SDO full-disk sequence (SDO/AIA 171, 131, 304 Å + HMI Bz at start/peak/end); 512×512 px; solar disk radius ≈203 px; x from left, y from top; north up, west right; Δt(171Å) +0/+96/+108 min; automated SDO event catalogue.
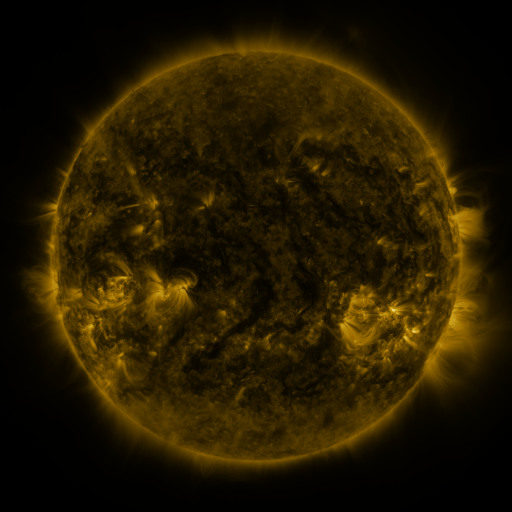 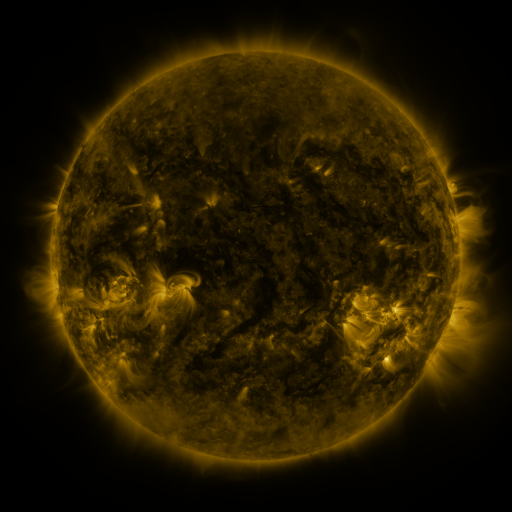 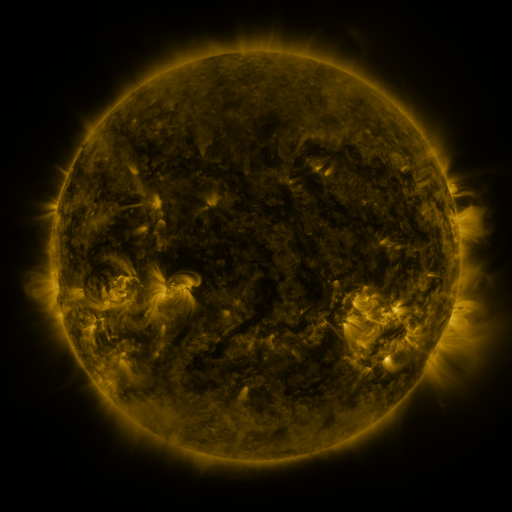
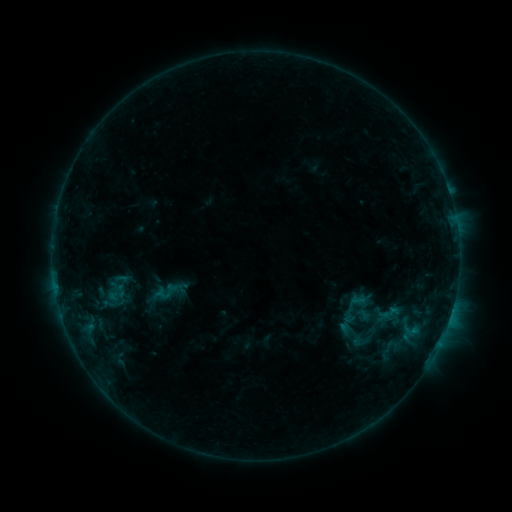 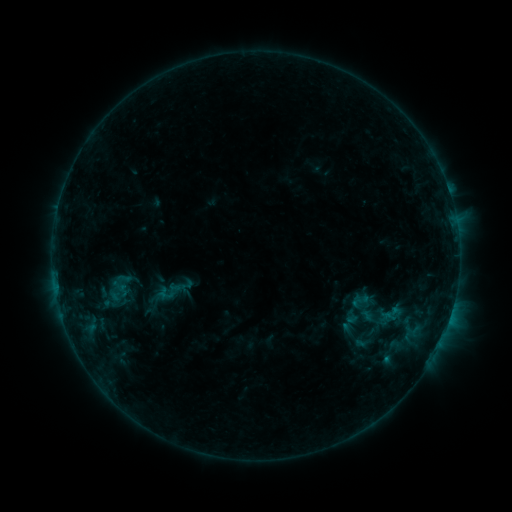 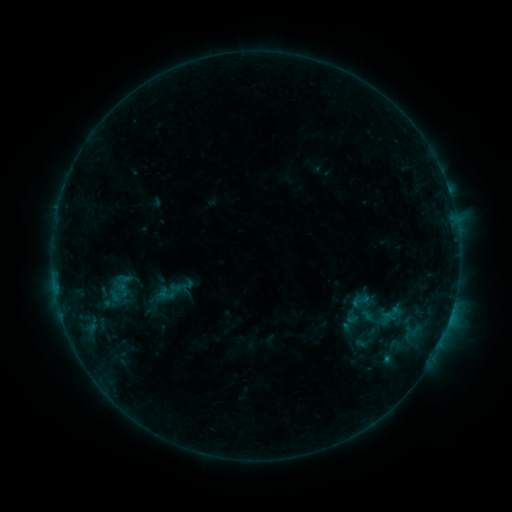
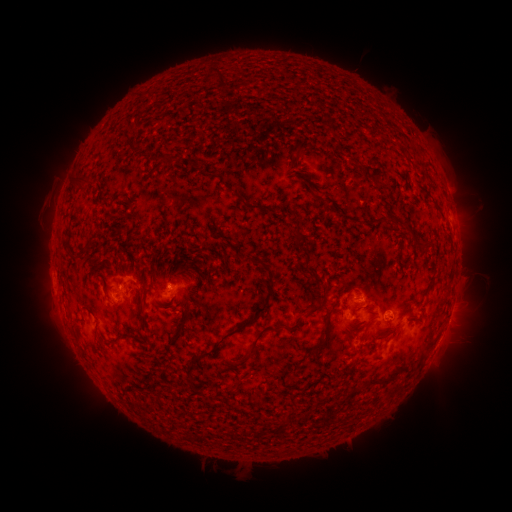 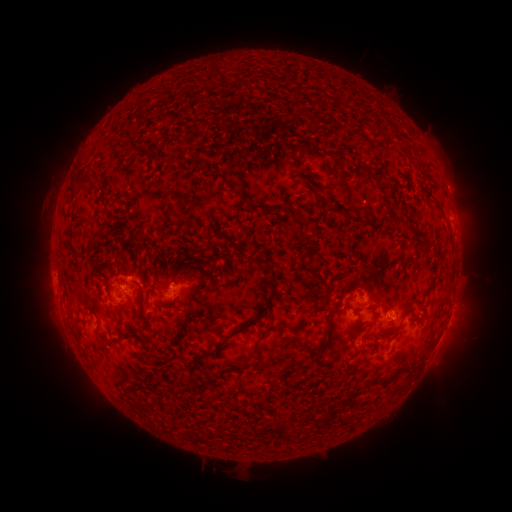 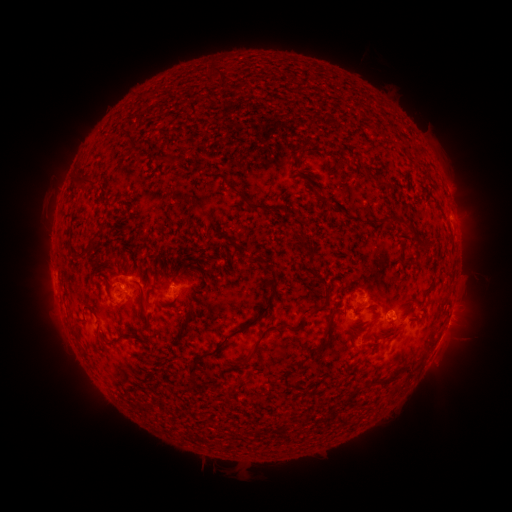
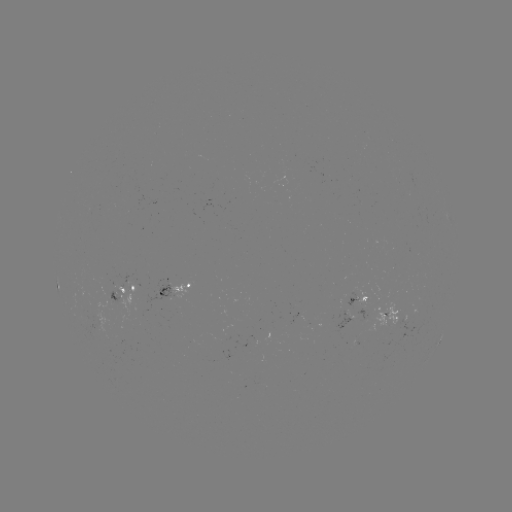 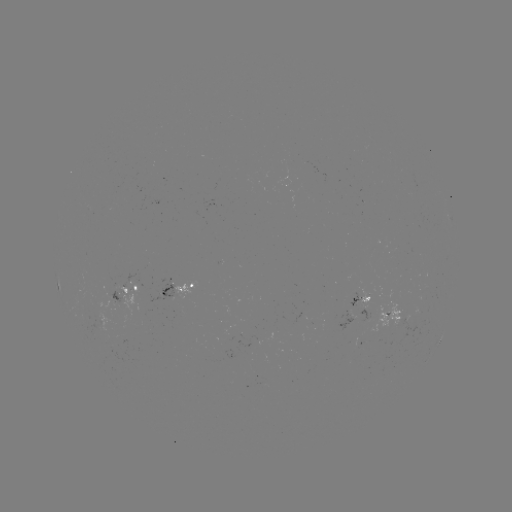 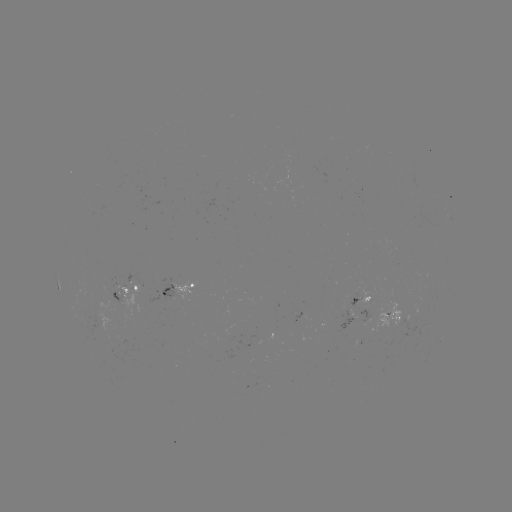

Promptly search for emerging-flux region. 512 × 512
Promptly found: [389, 321].